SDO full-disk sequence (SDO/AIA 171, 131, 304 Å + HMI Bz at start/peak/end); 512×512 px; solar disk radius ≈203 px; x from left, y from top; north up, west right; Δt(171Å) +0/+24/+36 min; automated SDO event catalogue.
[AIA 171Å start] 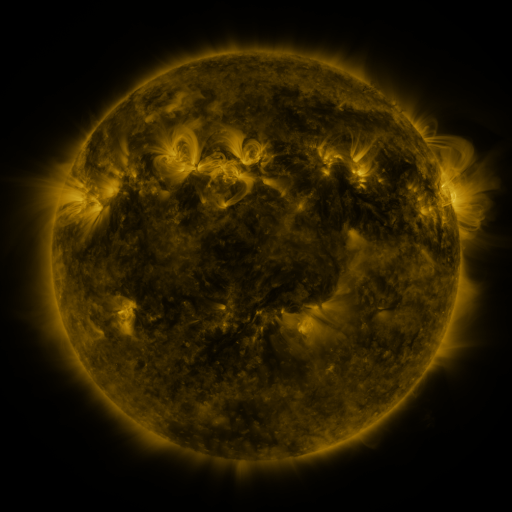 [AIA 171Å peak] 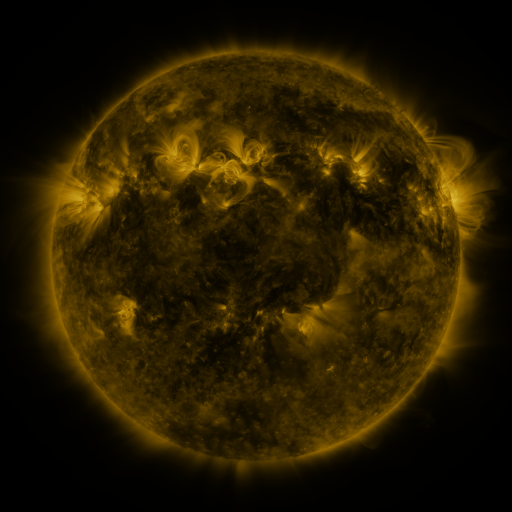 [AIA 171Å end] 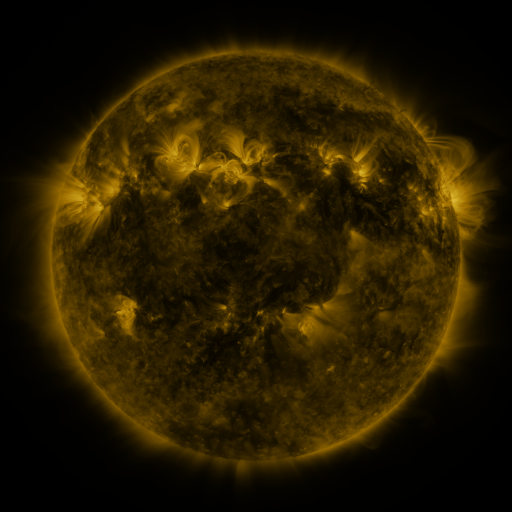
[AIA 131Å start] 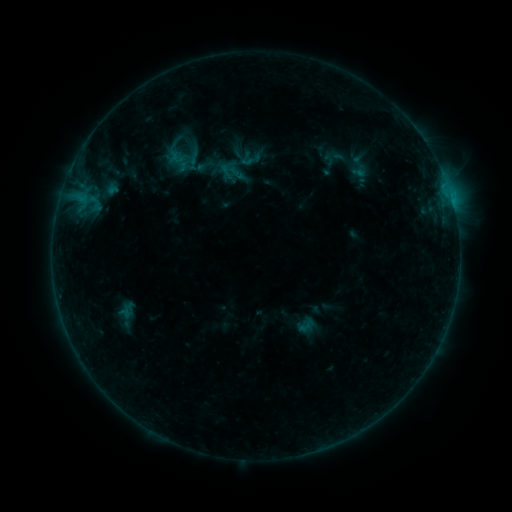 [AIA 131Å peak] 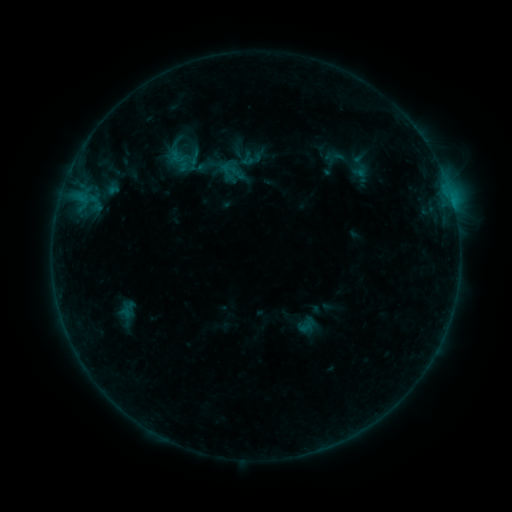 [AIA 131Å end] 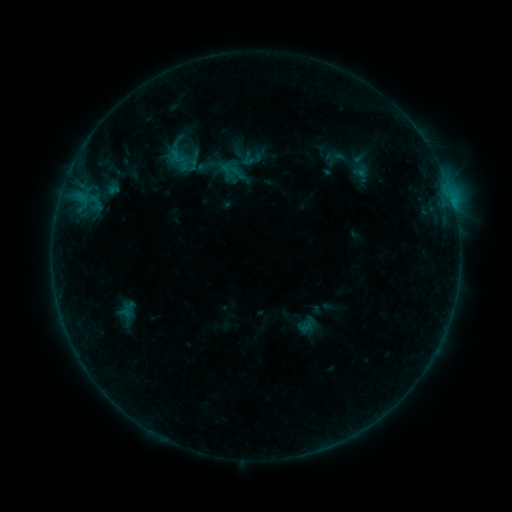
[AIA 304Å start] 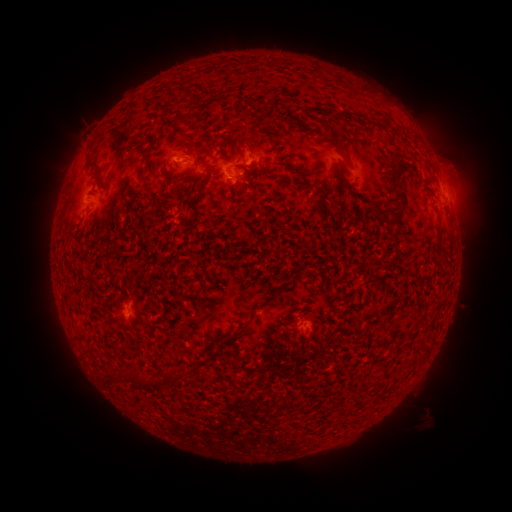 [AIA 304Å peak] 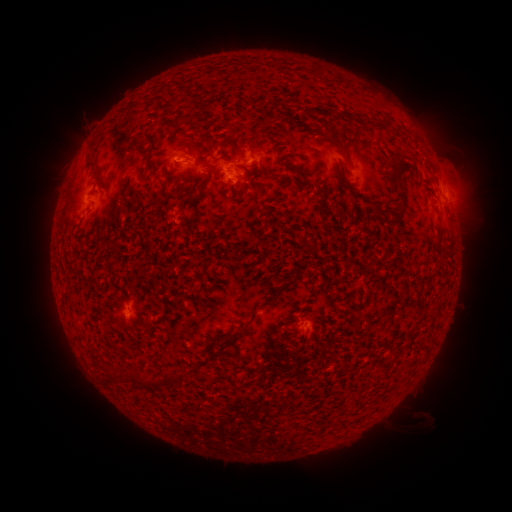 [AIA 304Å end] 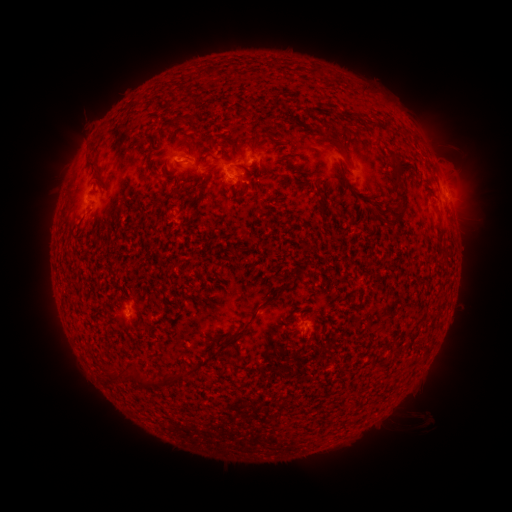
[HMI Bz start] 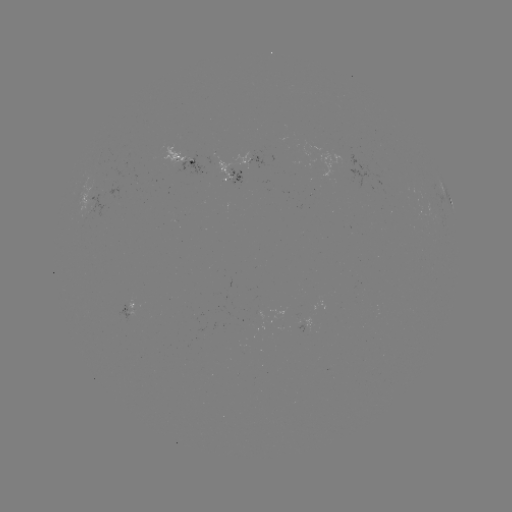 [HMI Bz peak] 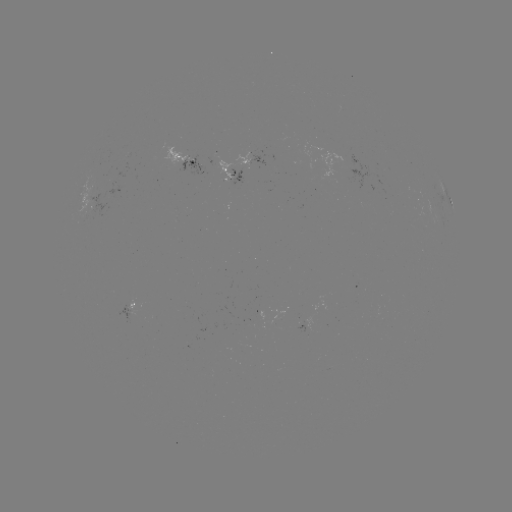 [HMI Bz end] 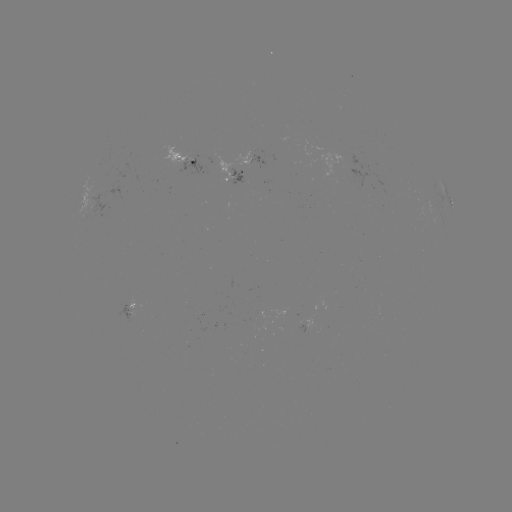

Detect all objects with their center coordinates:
emerging-flux region: (348, 161)
